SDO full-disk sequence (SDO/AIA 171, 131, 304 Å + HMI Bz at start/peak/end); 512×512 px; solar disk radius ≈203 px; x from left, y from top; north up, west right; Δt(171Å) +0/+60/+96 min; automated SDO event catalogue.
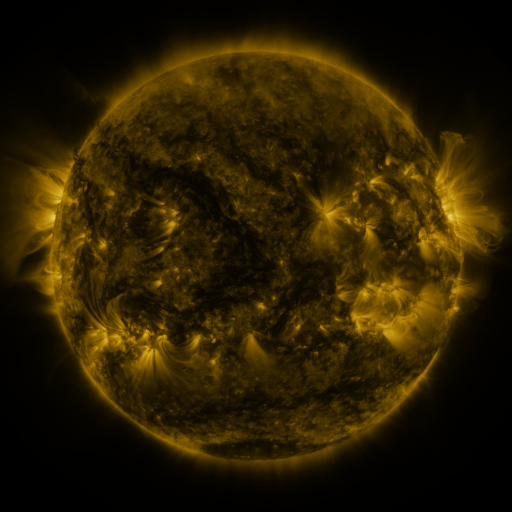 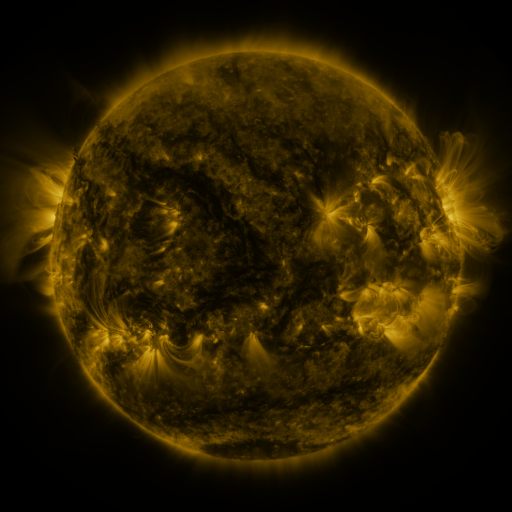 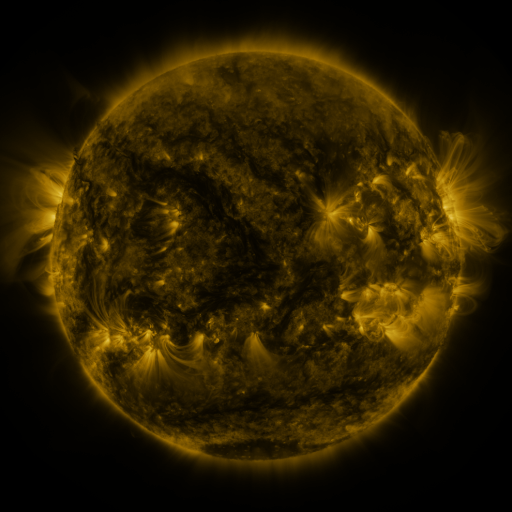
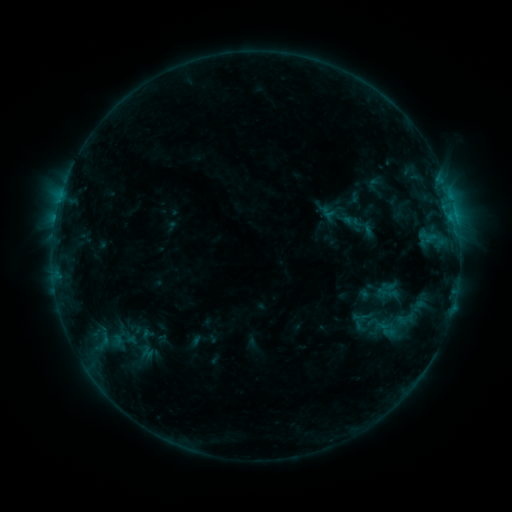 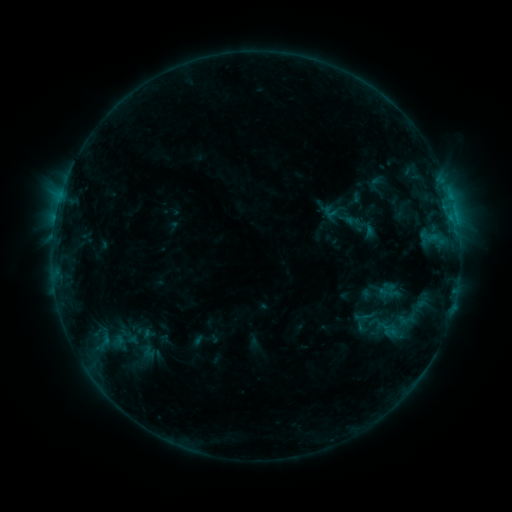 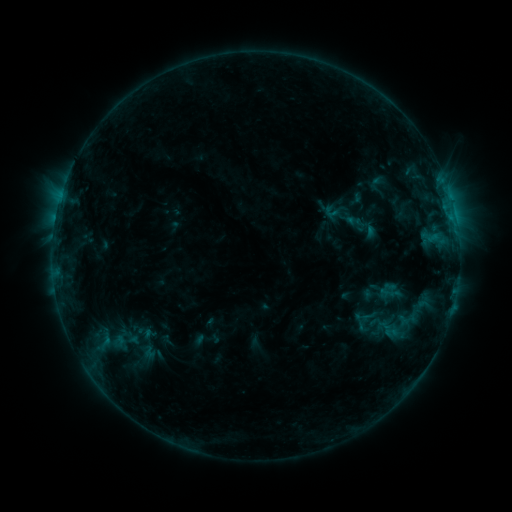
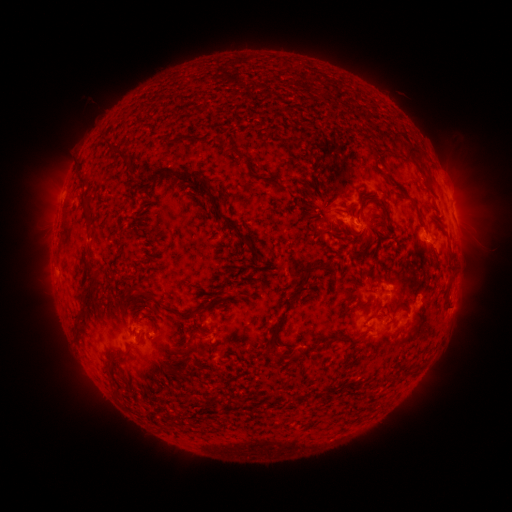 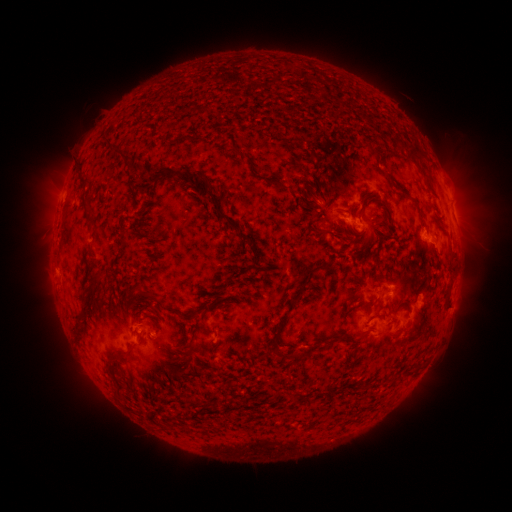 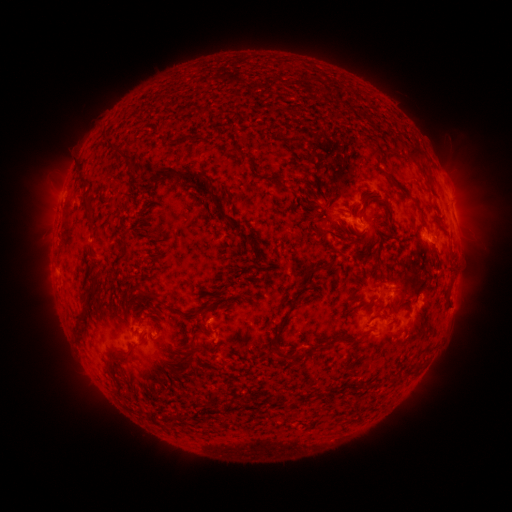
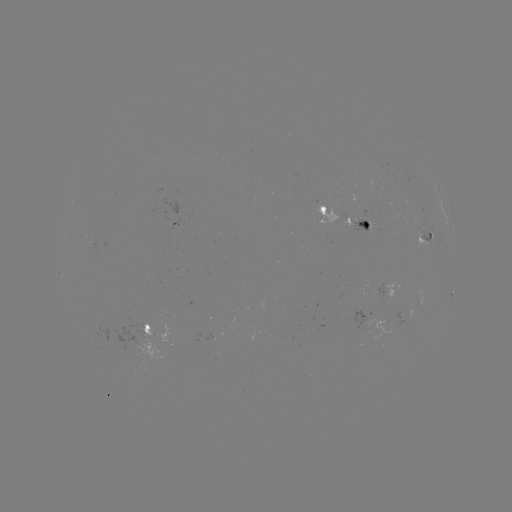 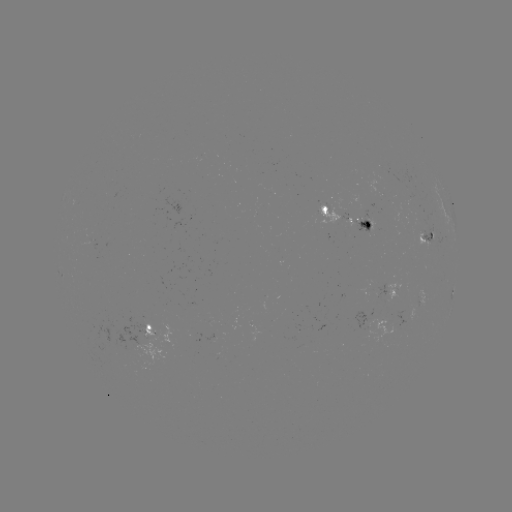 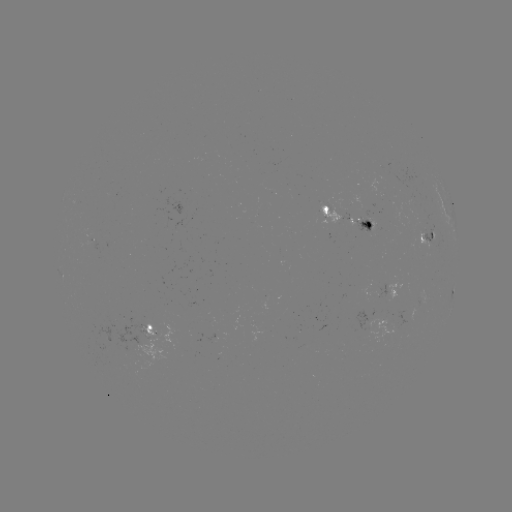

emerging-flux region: <bbox>317, 198, 349, 222</bbox>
